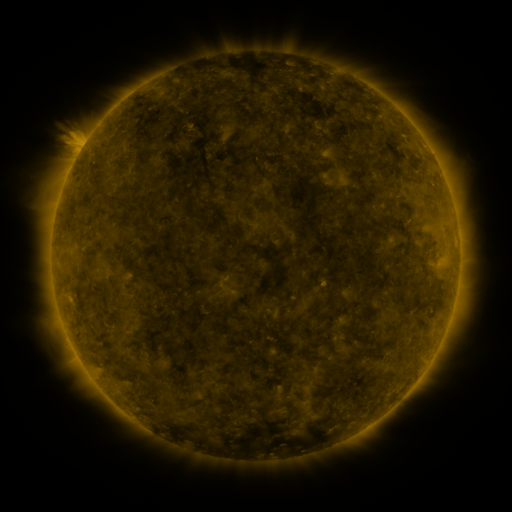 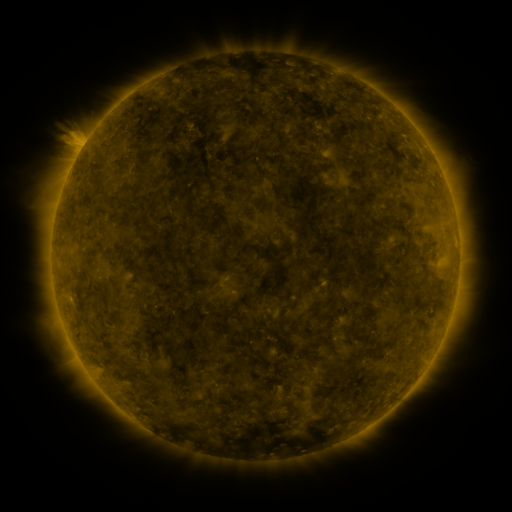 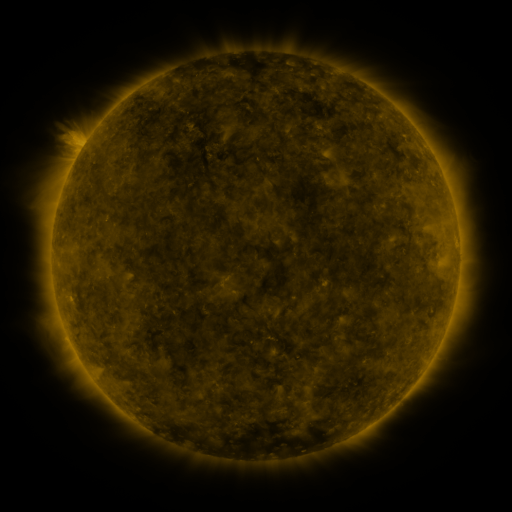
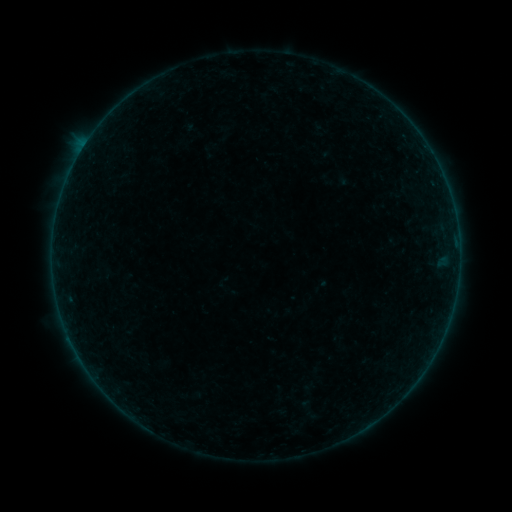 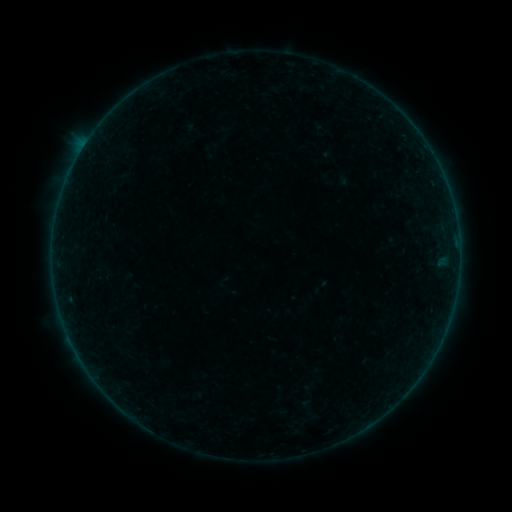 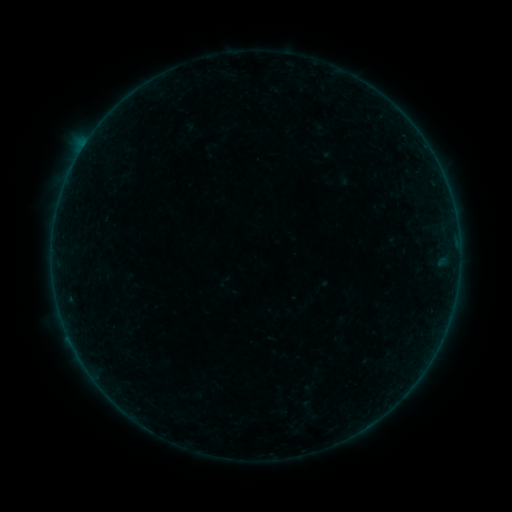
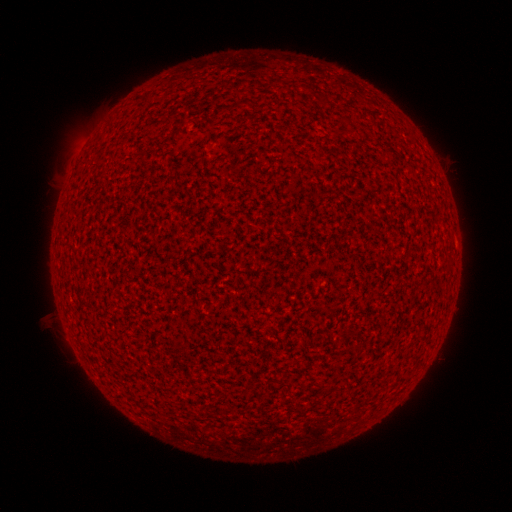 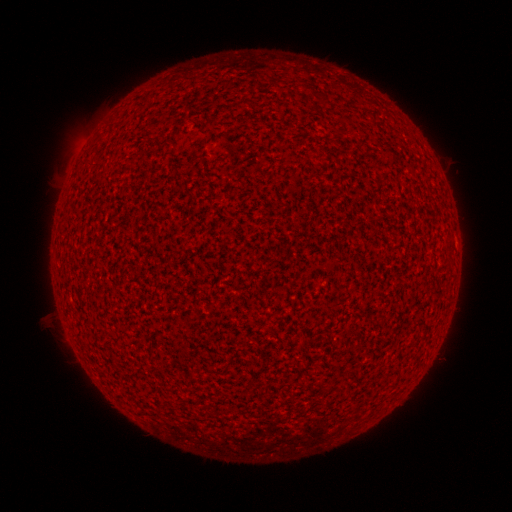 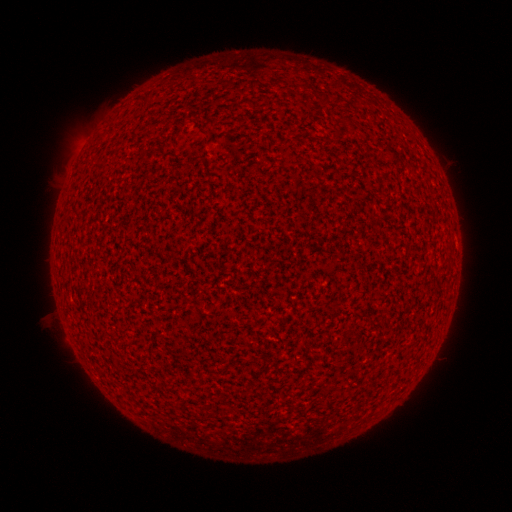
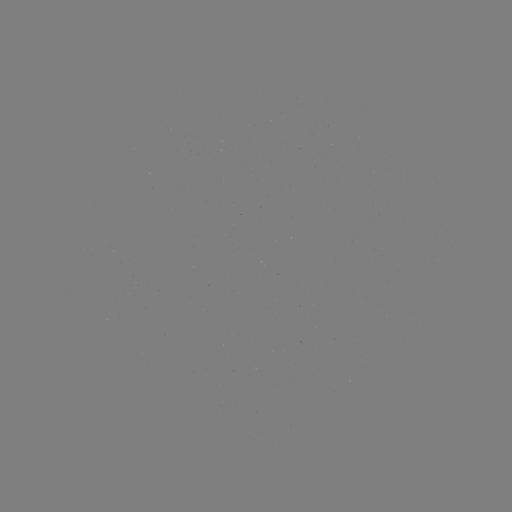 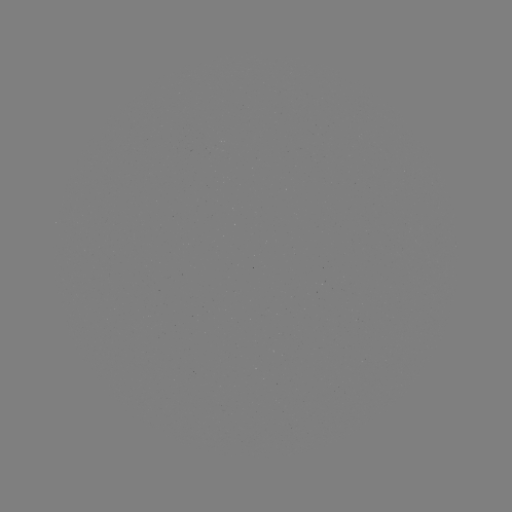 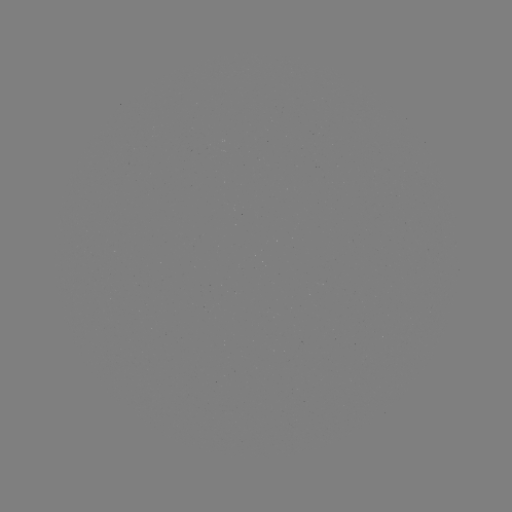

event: flare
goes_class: A2.5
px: (71, 341)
